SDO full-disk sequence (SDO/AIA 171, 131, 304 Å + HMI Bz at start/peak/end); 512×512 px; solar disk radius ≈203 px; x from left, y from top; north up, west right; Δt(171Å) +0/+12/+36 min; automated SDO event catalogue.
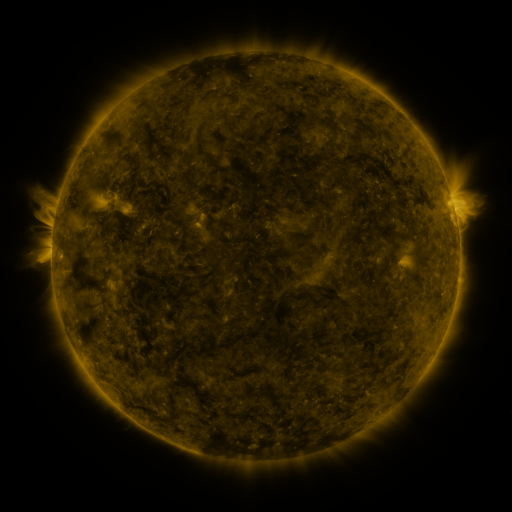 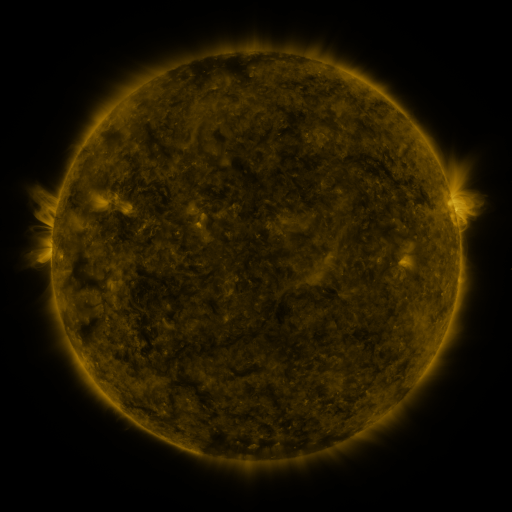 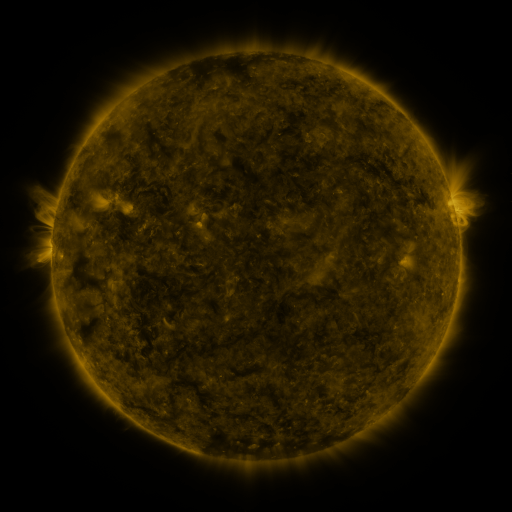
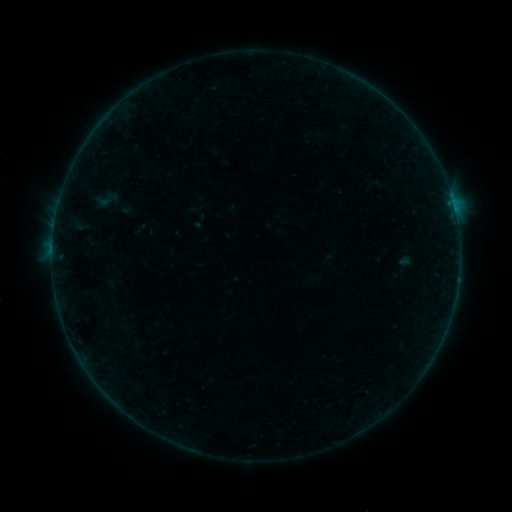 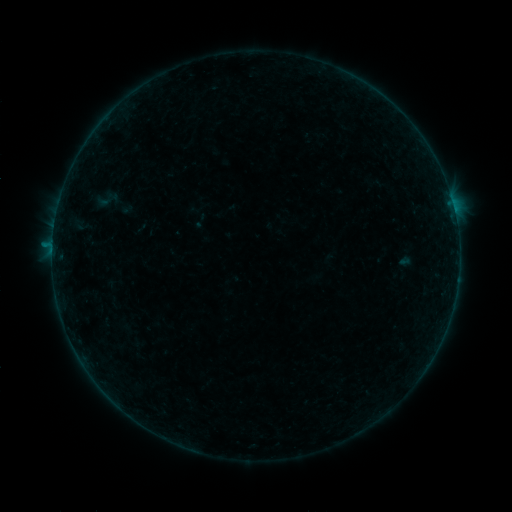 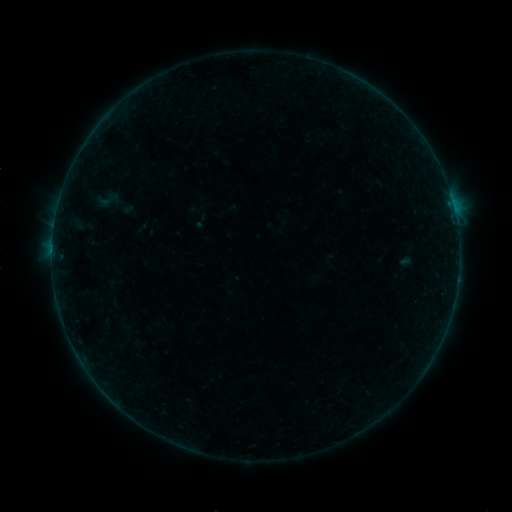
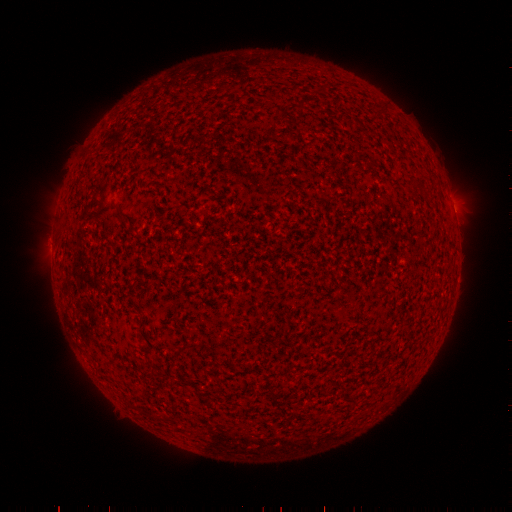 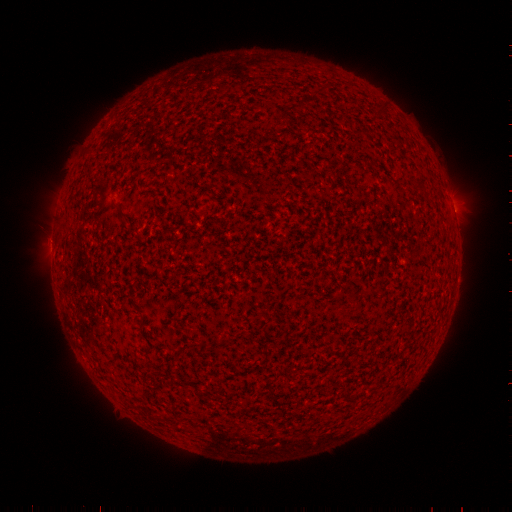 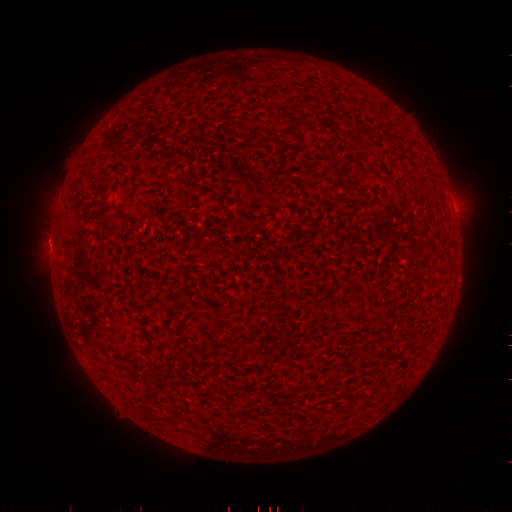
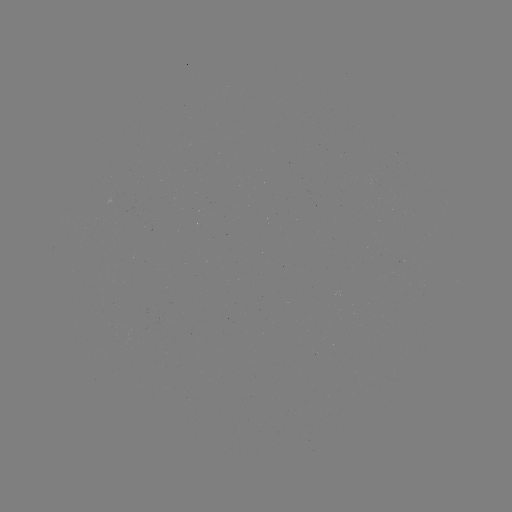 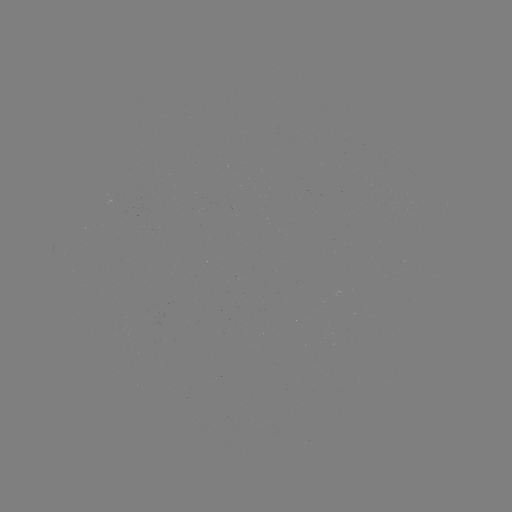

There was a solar flare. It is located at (52, 248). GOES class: B2.4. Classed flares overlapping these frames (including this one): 1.